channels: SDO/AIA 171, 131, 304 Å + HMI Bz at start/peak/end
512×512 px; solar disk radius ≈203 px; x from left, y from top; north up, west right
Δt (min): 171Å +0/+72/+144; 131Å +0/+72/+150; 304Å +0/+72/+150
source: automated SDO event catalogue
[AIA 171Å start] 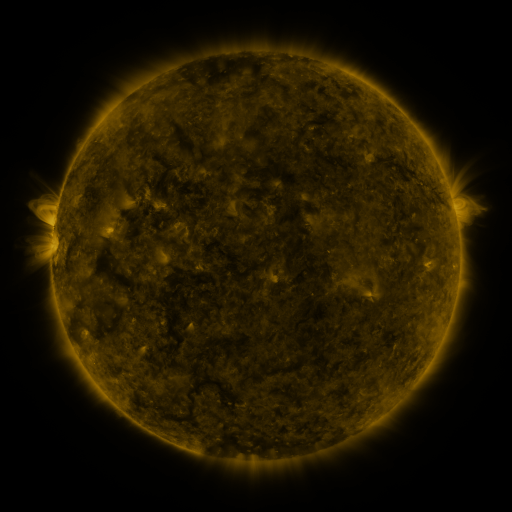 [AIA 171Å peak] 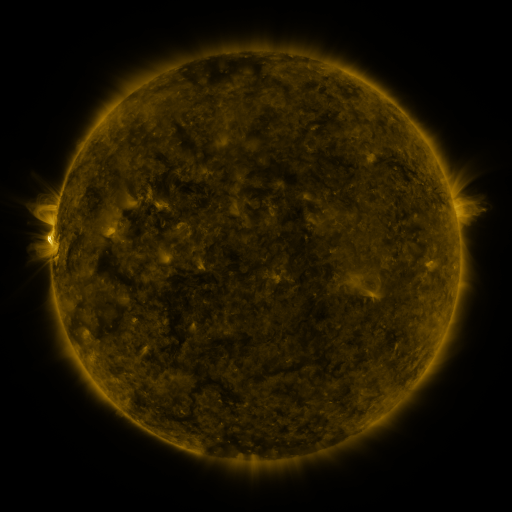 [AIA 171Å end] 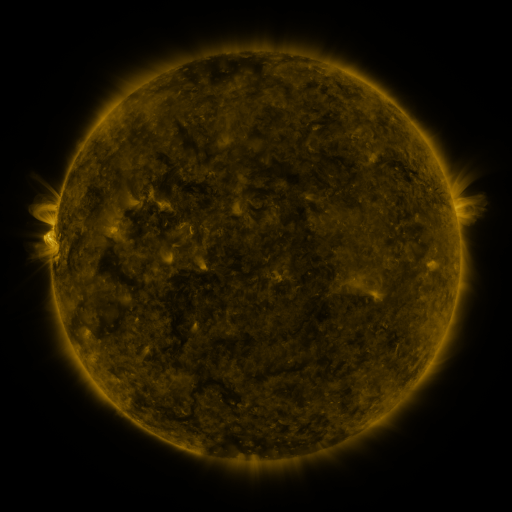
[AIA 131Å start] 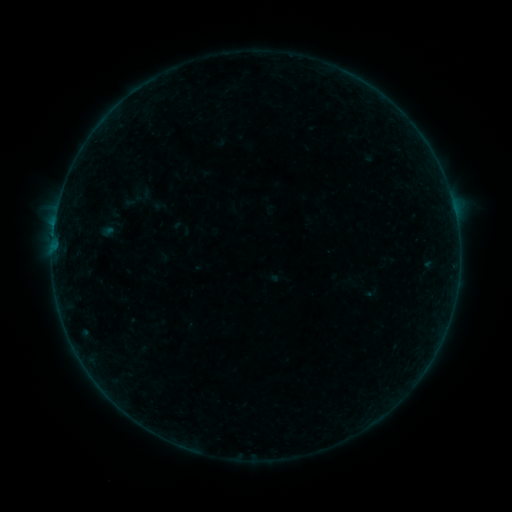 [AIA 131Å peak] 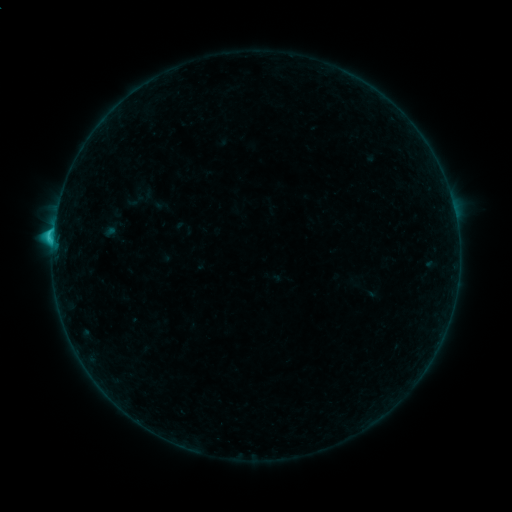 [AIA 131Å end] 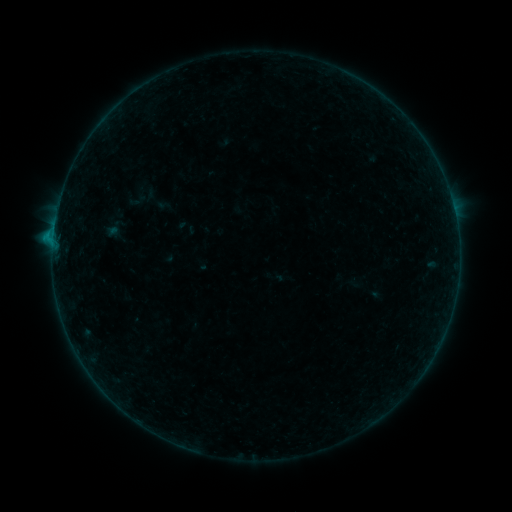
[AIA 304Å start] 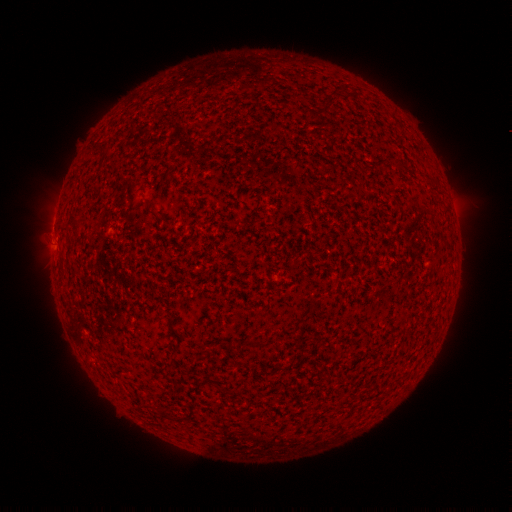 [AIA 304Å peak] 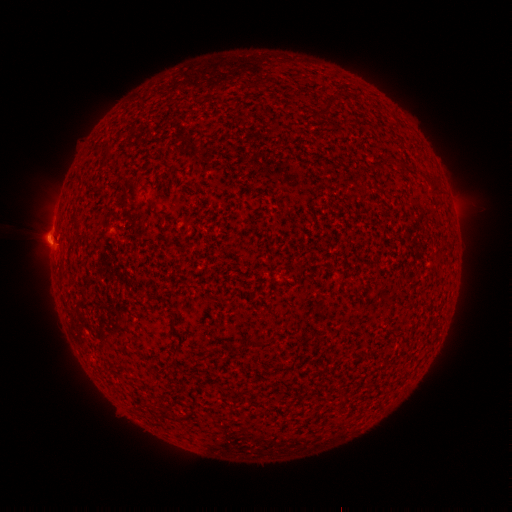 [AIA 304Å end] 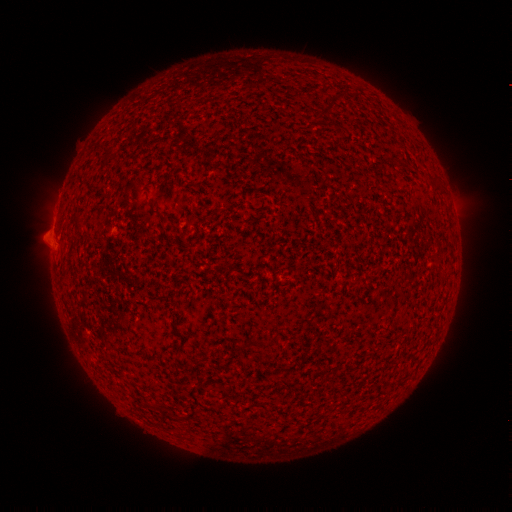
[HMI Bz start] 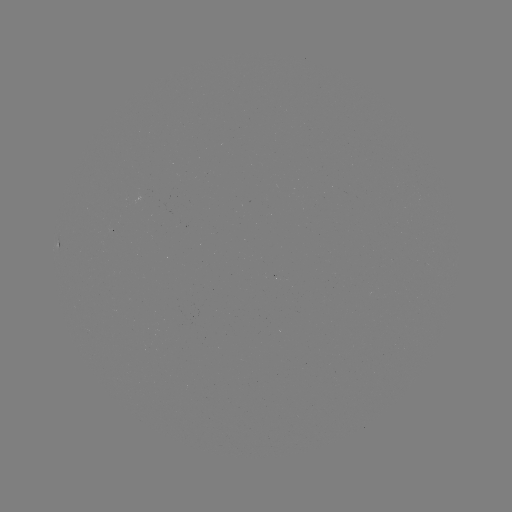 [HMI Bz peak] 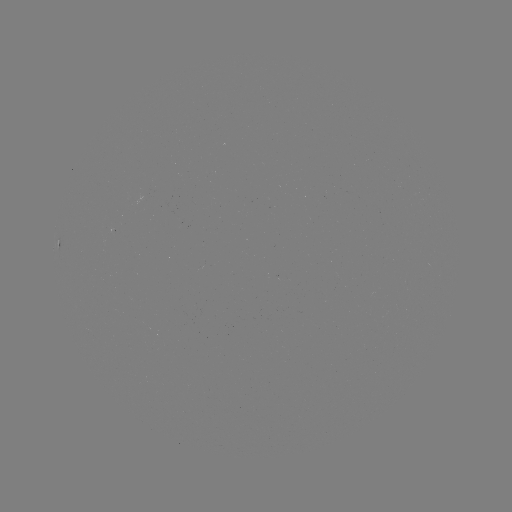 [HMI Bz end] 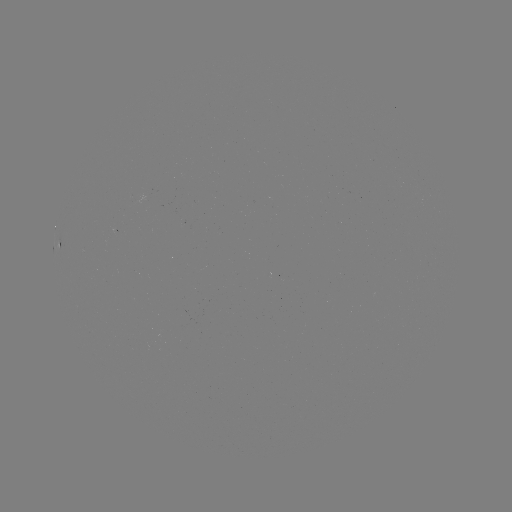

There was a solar filament eruption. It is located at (45, 238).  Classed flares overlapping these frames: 1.